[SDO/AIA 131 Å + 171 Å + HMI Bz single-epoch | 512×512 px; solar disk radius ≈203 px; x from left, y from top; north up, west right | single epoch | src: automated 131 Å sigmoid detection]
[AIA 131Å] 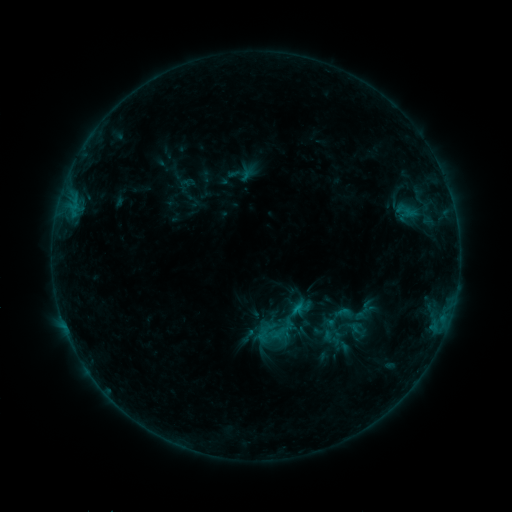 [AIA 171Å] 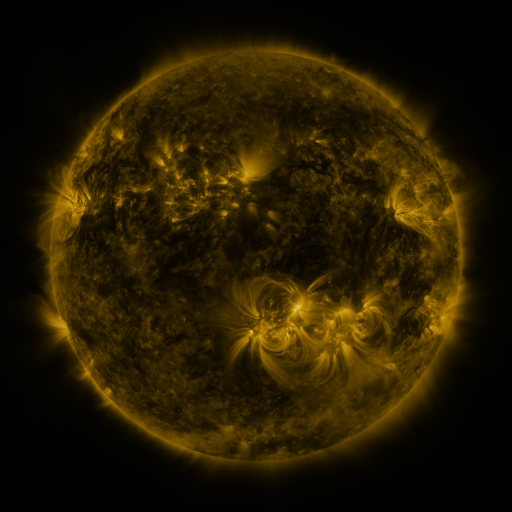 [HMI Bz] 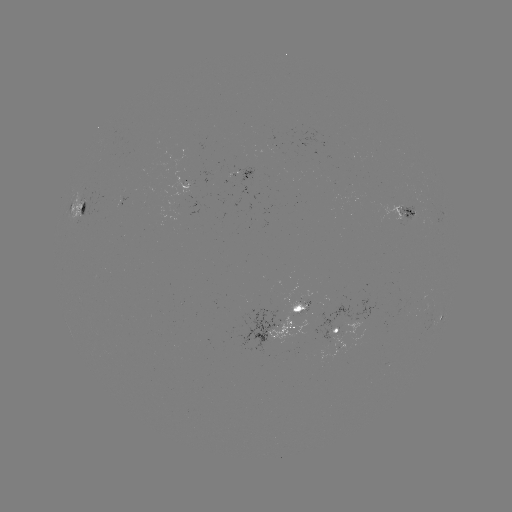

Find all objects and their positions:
sigmoid: (407, 211)
